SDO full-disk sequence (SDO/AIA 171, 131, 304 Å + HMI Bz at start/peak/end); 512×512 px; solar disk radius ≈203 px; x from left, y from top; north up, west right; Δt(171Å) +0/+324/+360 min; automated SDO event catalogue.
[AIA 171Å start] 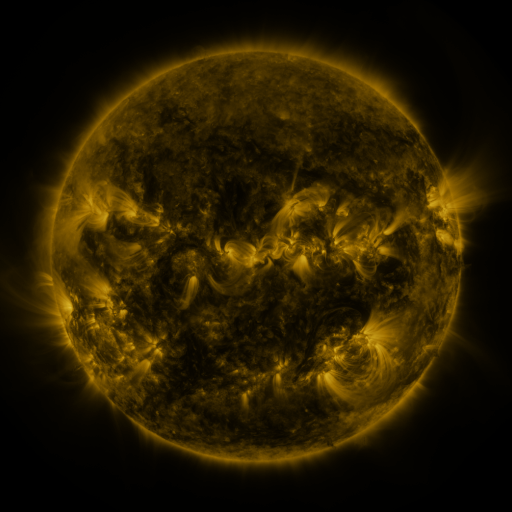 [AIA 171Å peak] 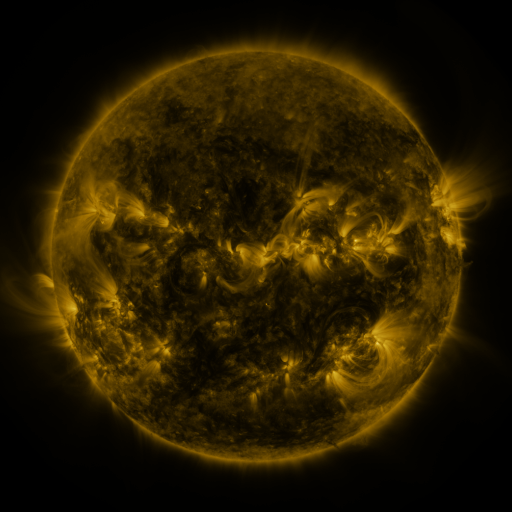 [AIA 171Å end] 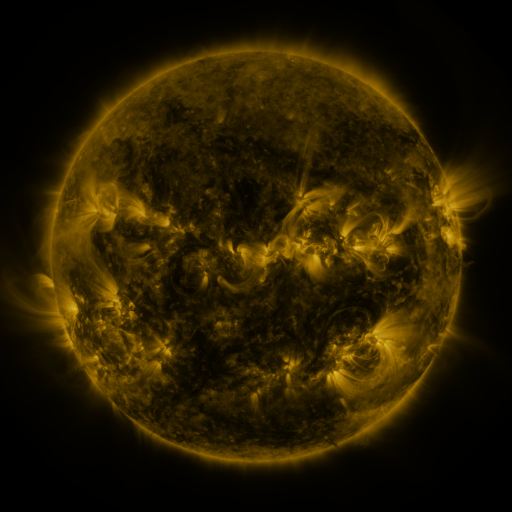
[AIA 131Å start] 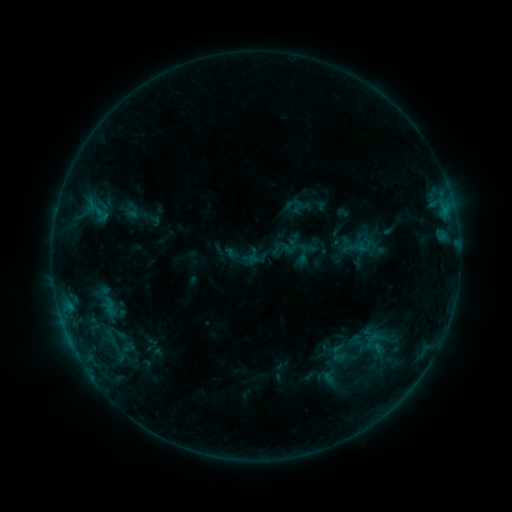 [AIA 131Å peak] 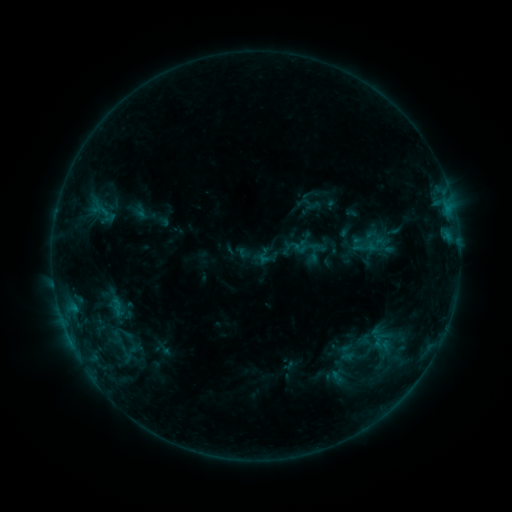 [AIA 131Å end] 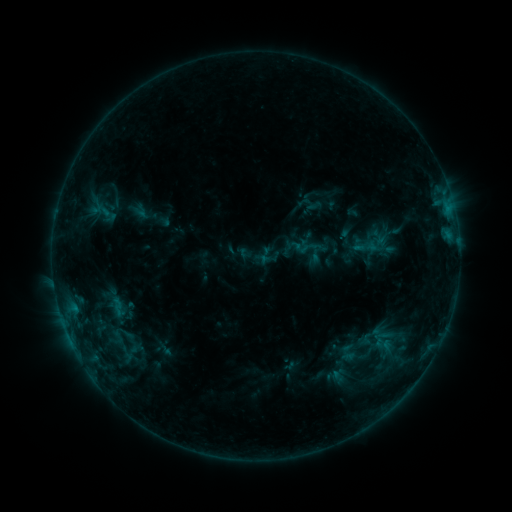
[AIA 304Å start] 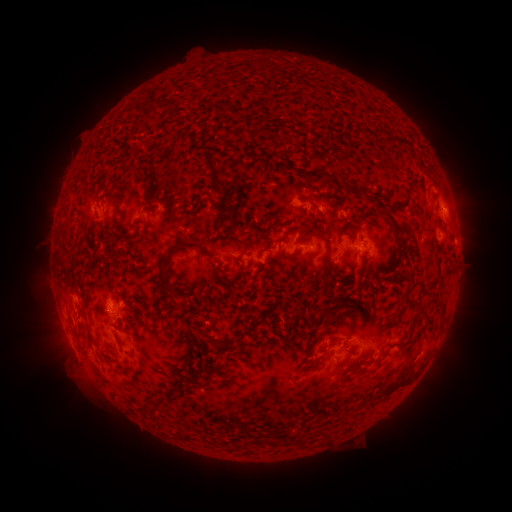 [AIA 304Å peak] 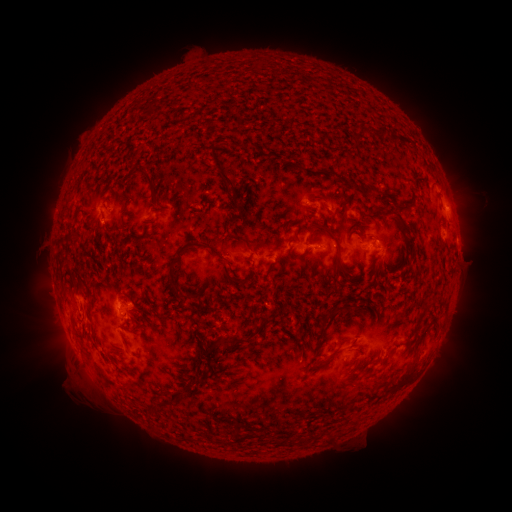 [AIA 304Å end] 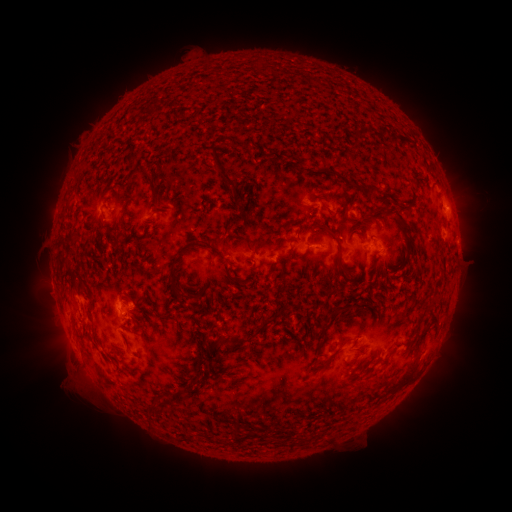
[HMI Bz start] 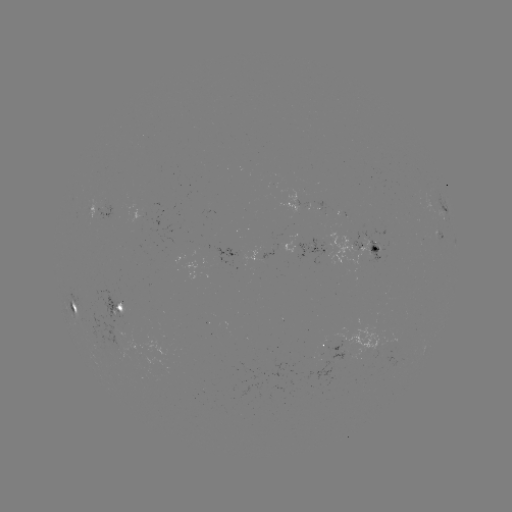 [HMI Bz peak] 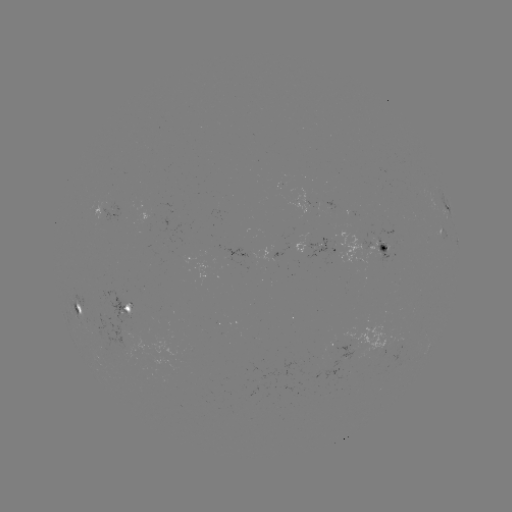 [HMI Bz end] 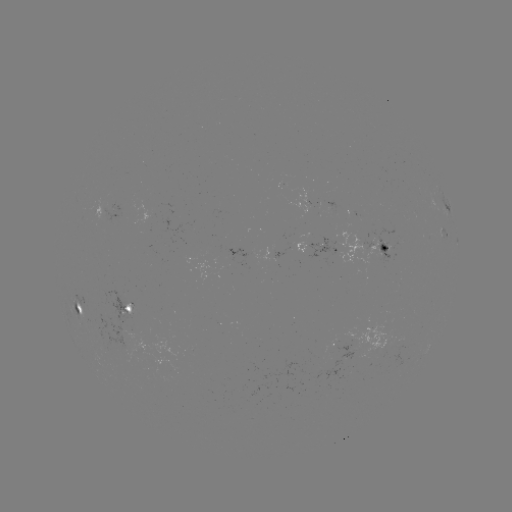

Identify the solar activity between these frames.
emerging-flux region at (362, 241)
